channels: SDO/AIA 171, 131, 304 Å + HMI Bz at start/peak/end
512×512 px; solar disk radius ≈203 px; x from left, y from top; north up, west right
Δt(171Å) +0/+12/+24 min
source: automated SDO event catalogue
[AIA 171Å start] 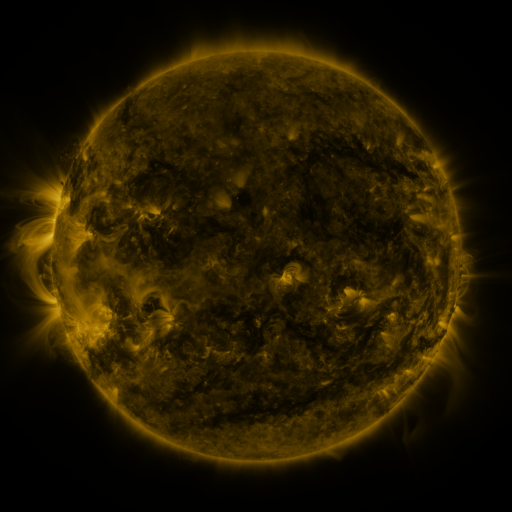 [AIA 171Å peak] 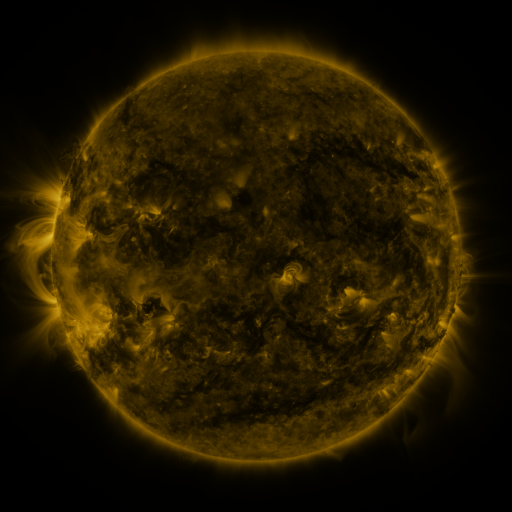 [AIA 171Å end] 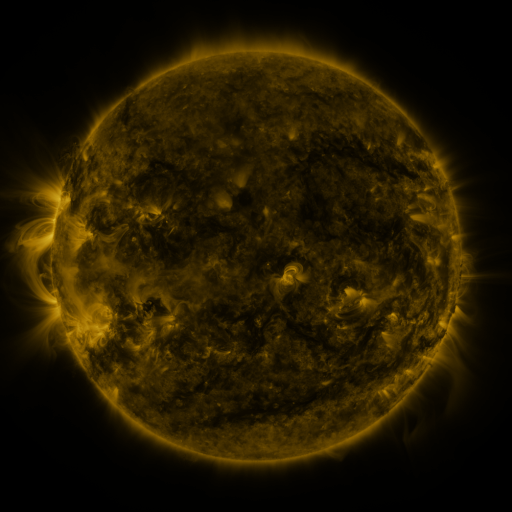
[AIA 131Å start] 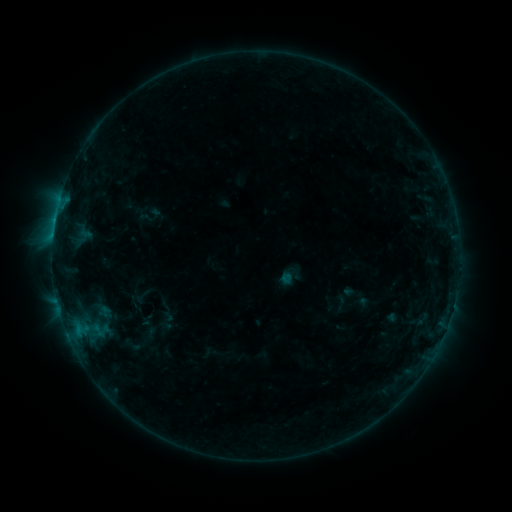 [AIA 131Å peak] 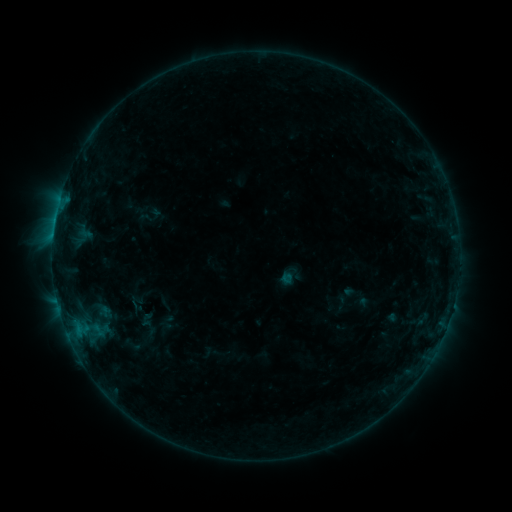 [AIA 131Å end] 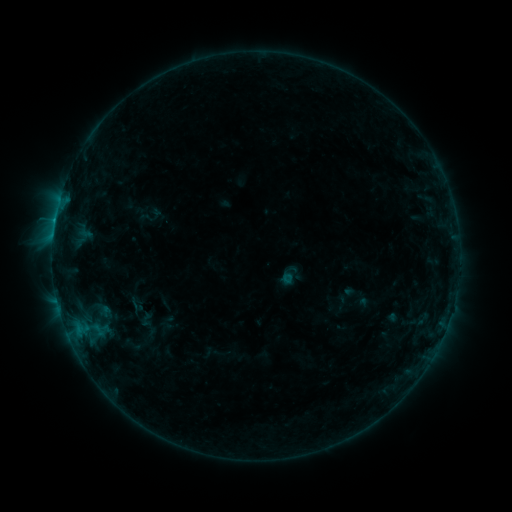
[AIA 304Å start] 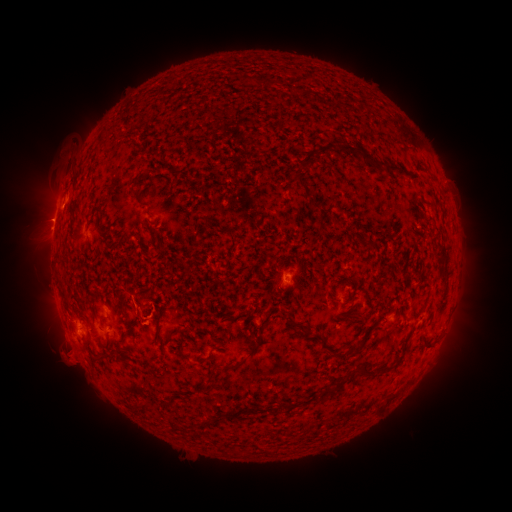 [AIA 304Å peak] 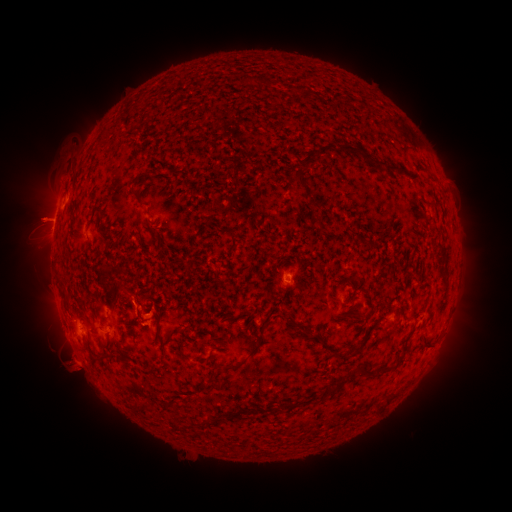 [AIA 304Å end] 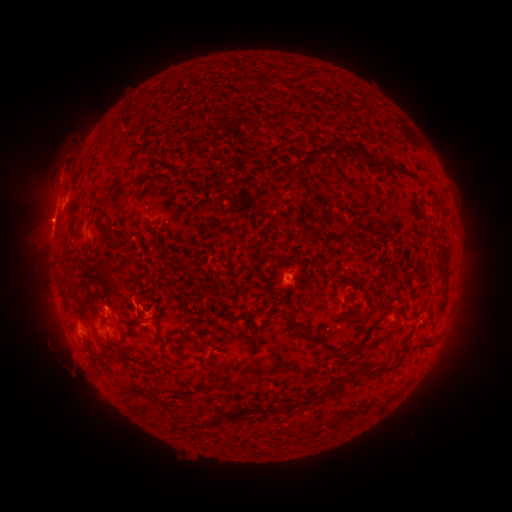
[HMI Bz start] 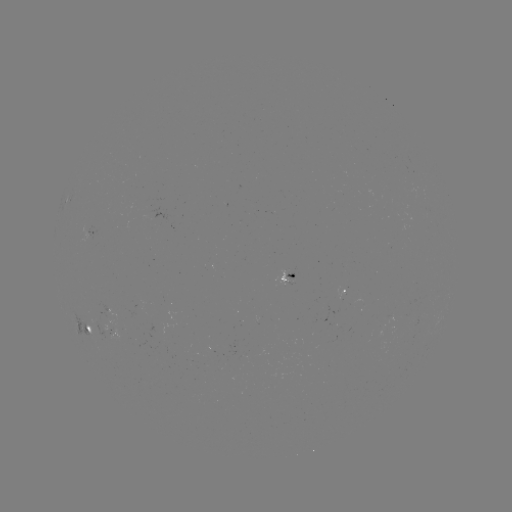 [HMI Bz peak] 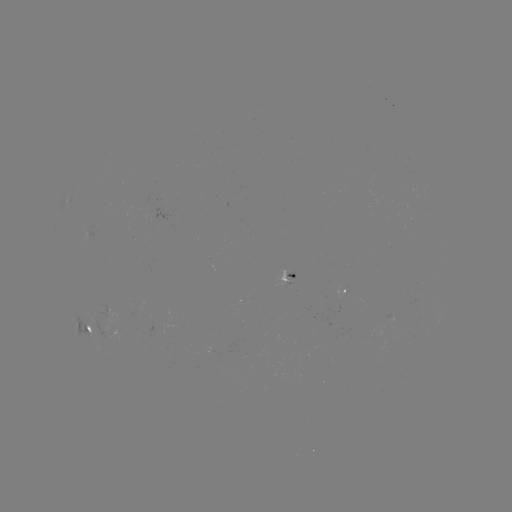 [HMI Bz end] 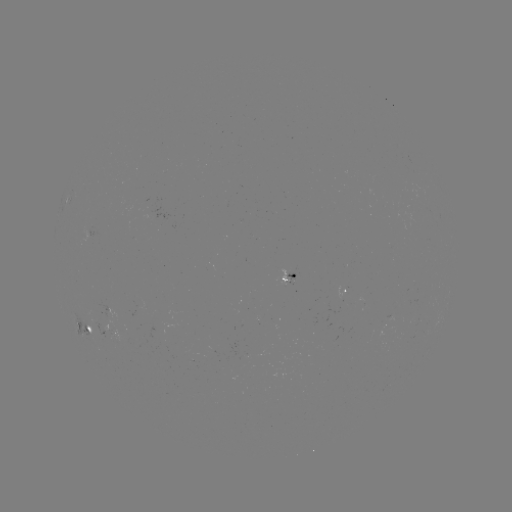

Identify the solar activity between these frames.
eruption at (70, 364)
